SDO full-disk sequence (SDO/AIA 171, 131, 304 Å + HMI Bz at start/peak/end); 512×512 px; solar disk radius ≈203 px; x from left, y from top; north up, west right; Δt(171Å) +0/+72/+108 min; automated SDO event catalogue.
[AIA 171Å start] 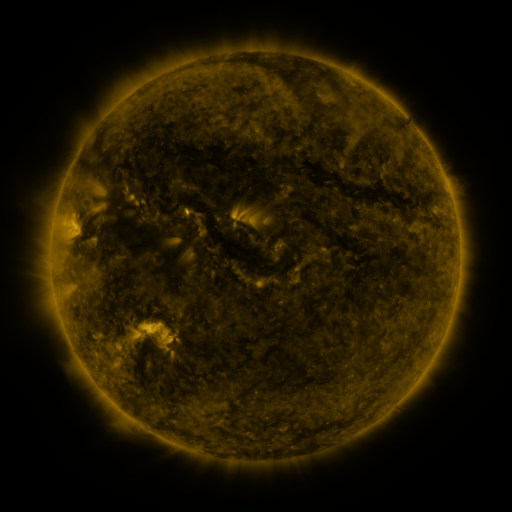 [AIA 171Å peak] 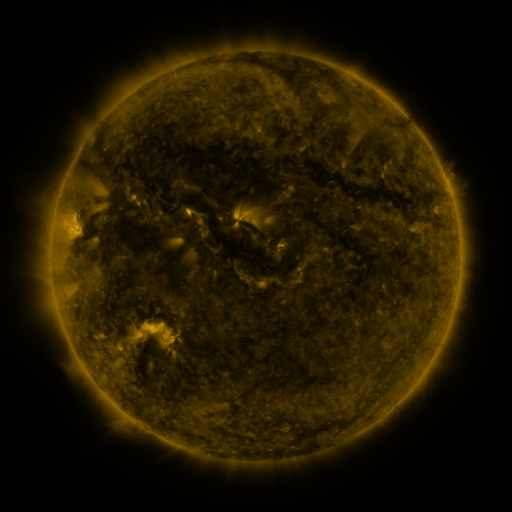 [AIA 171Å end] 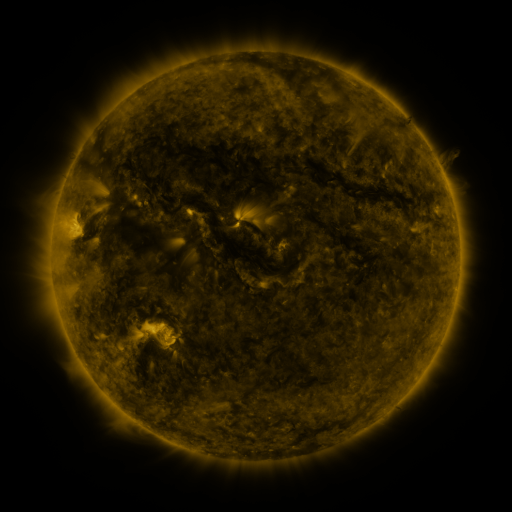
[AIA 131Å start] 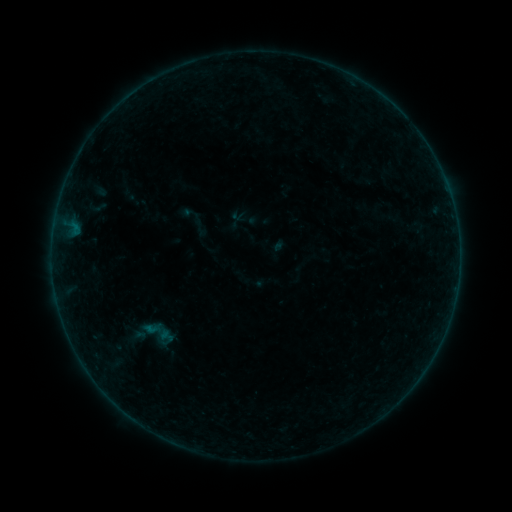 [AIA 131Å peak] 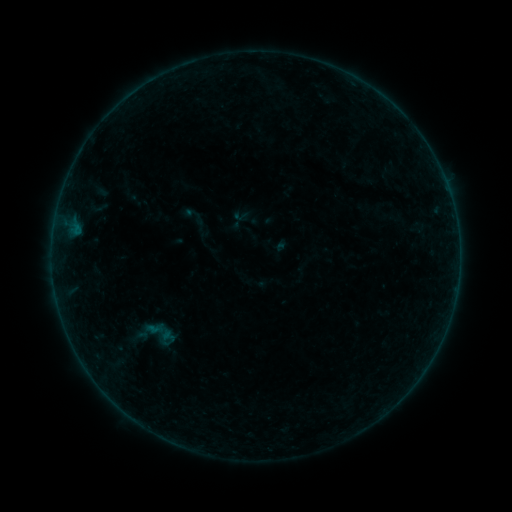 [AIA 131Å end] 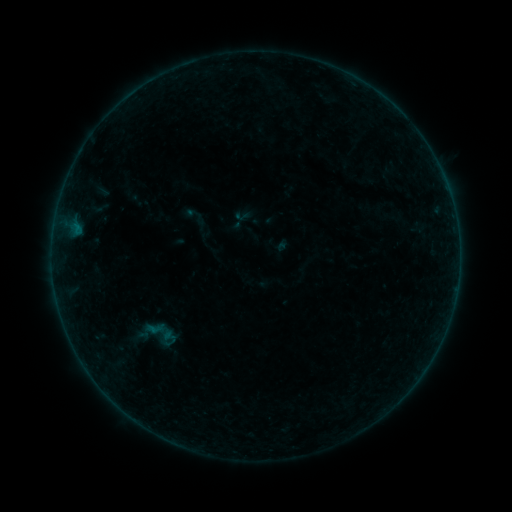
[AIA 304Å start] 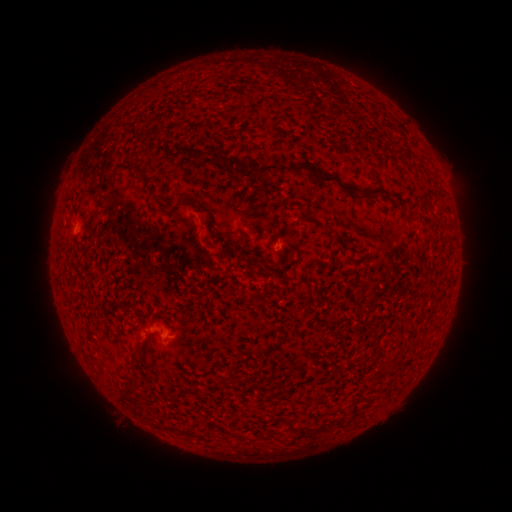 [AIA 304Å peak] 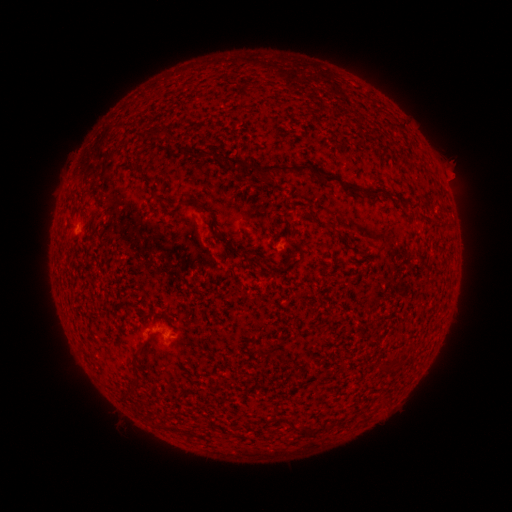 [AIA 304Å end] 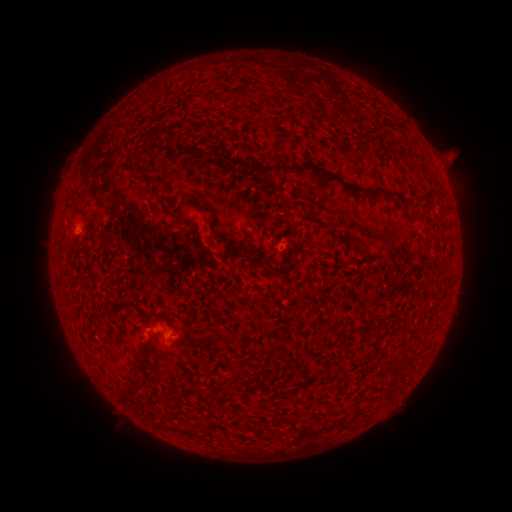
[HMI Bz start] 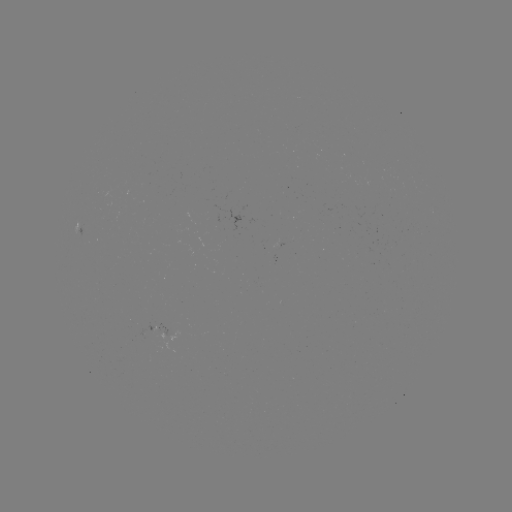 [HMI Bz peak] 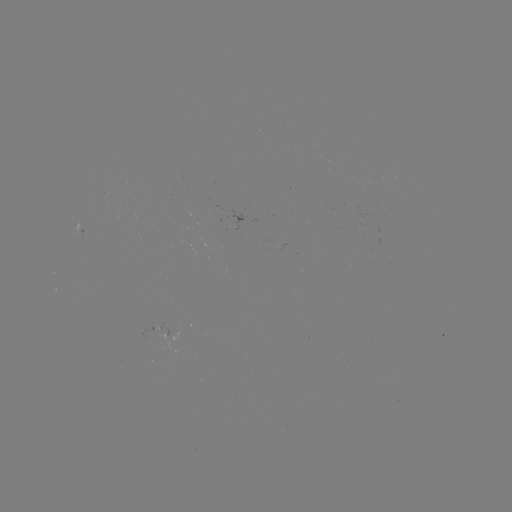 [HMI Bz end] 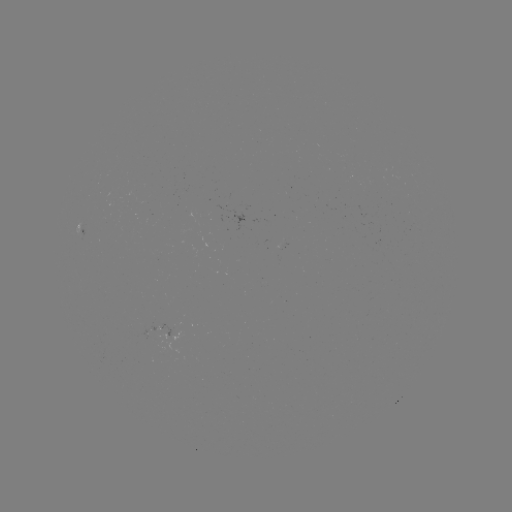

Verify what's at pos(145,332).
emerging-flux region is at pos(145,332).